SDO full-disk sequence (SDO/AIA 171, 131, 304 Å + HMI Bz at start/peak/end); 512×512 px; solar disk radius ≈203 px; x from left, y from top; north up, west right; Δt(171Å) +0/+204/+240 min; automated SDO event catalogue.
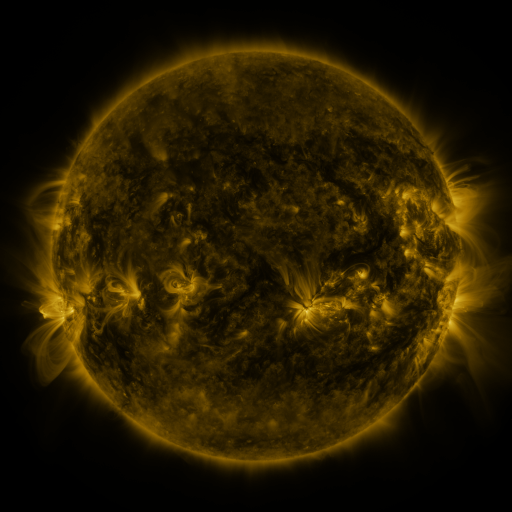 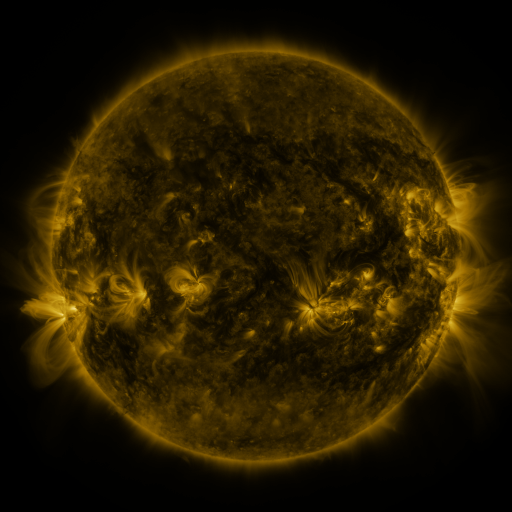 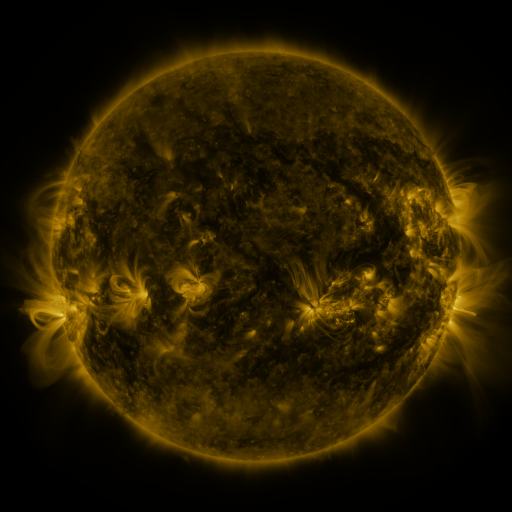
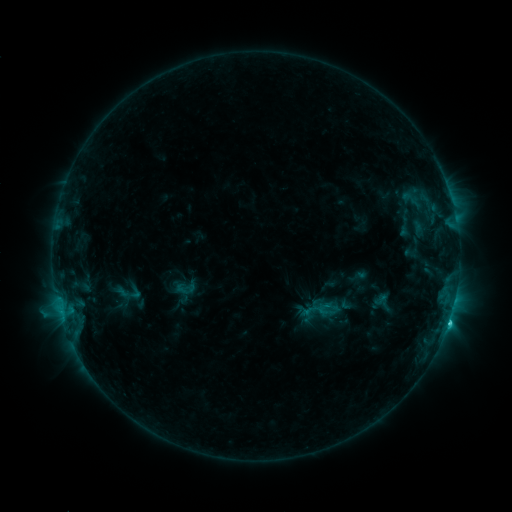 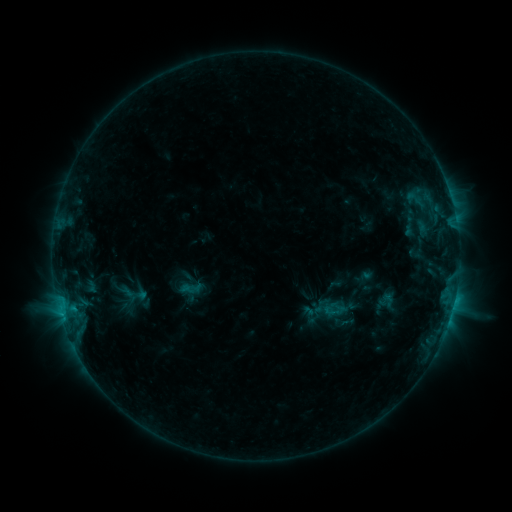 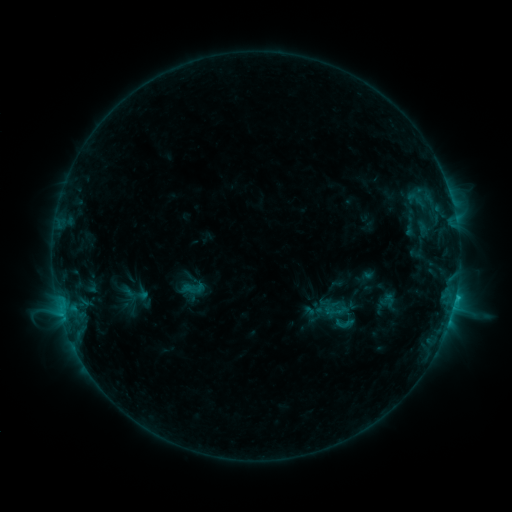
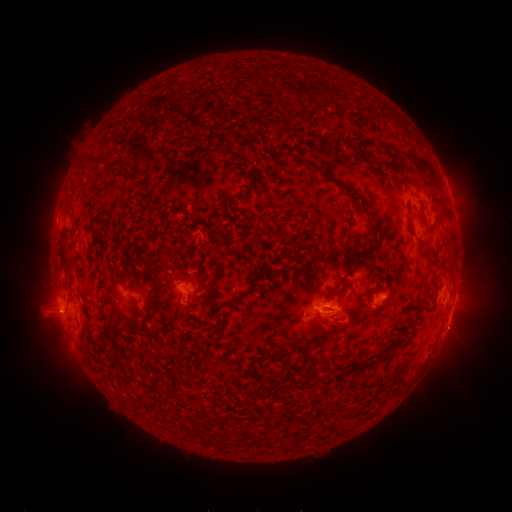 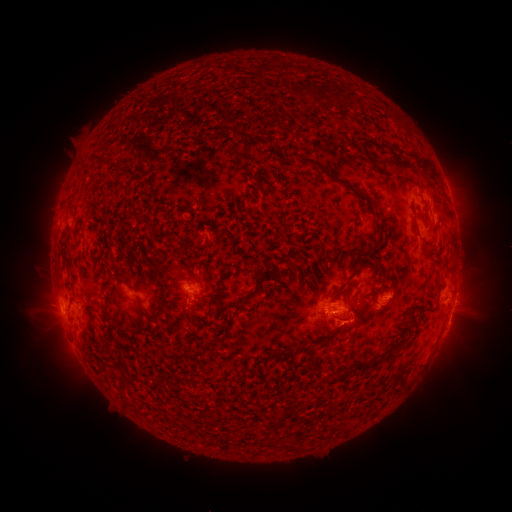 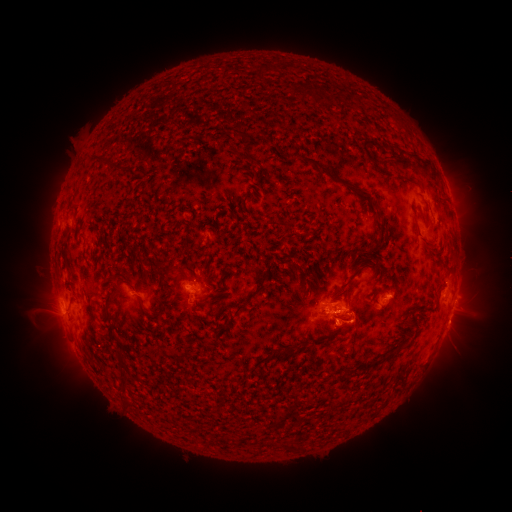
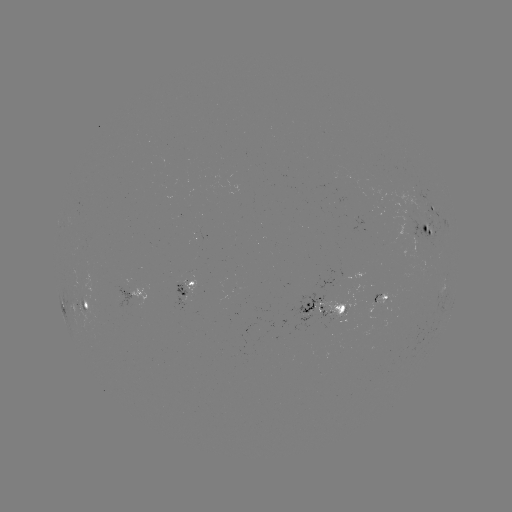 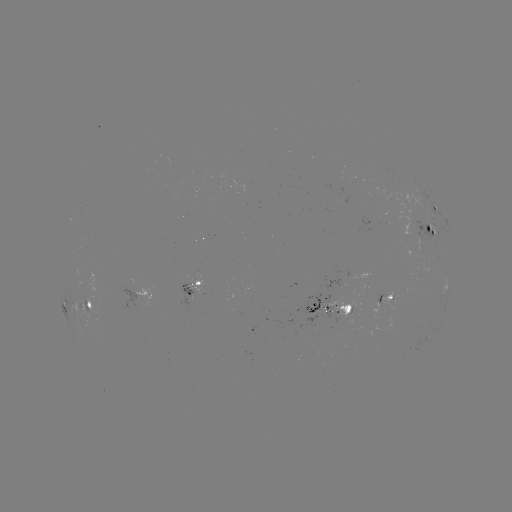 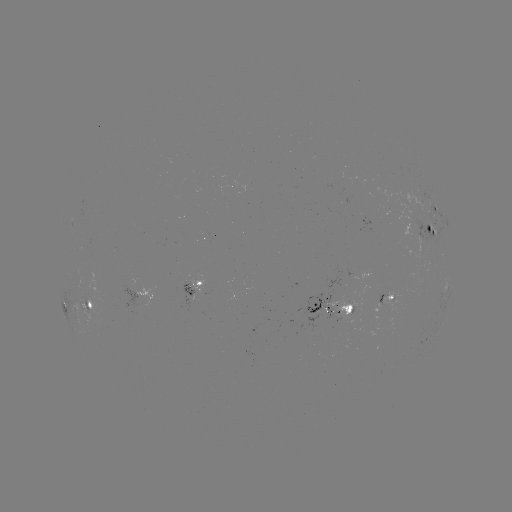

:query emerging-flux region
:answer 362,221